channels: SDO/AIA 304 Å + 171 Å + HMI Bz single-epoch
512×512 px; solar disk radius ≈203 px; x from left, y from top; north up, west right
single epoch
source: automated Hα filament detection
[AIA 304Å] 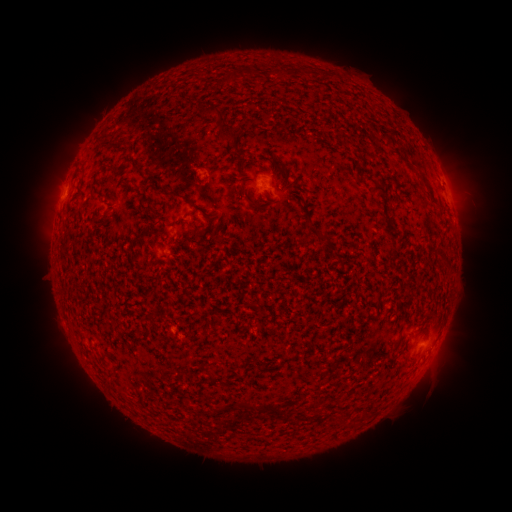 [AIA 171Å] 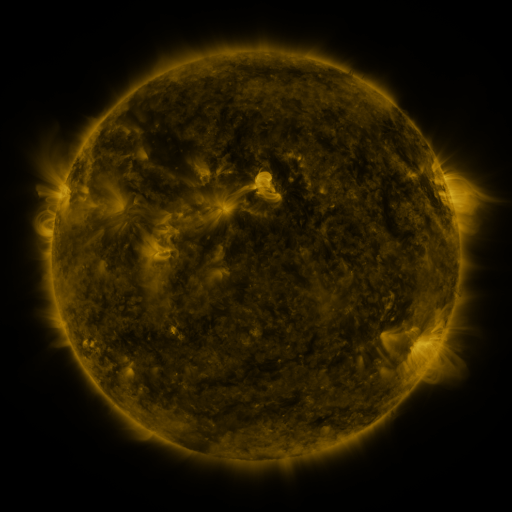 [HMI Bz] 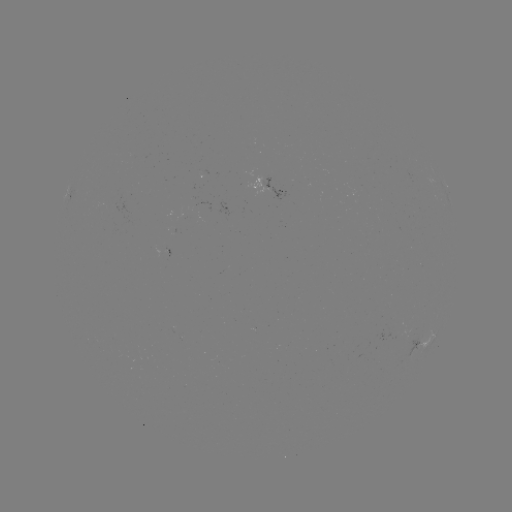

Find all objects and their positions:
filament: (241, 74)
filament: (227, 77)
filament: (223, 130)
filament: (119, 146)
filament: (134, 164)
filament: (105, 166)
filament: (242, 168)
filament: (291, 184)
filament: (378, 188)
filament: (174, 193)
filament: (255, 203)
filament: (318, 233)
filament: (97, 307)
filament: (206, 326)
filament: (401, 329)
filament: (246, 405)
filament: (269, 410)
filament: (353, 425)
